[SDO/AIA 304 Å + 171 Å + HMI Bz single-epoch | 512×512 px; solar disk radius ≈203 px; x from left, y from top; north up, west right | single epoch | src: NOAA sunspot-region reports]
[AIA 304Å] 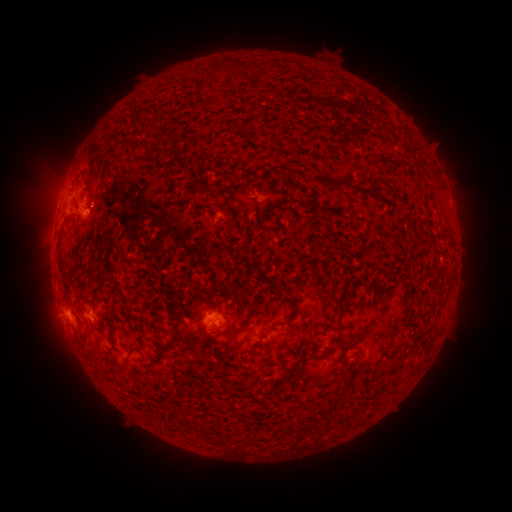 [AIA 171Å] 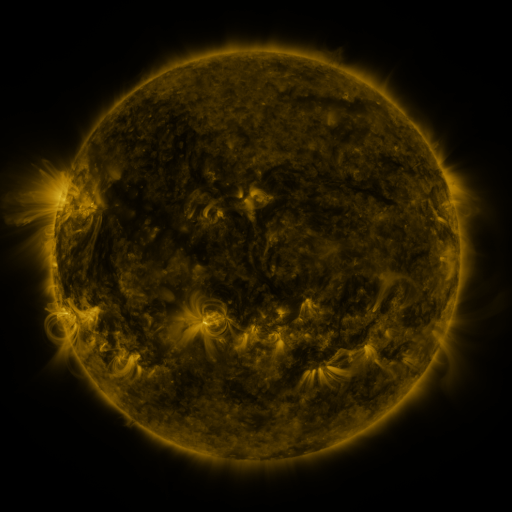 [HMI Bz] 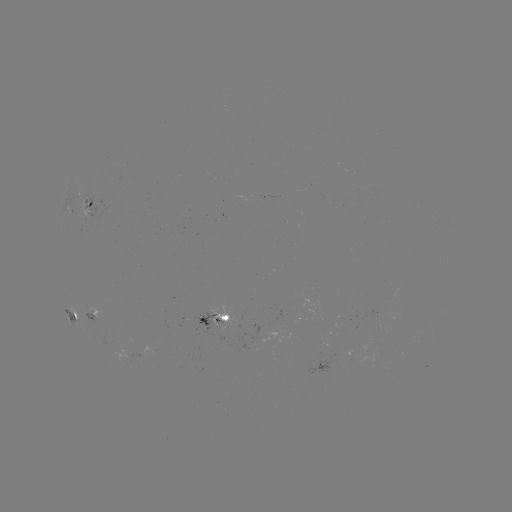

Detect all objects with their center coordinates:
spotted active region: (89, 208)
spotted active region: (72, 315)
spotted active region: (95, 317)
spotted active region: (218, 317)
